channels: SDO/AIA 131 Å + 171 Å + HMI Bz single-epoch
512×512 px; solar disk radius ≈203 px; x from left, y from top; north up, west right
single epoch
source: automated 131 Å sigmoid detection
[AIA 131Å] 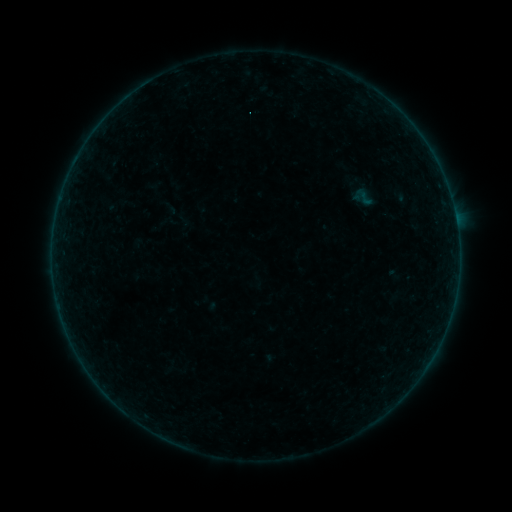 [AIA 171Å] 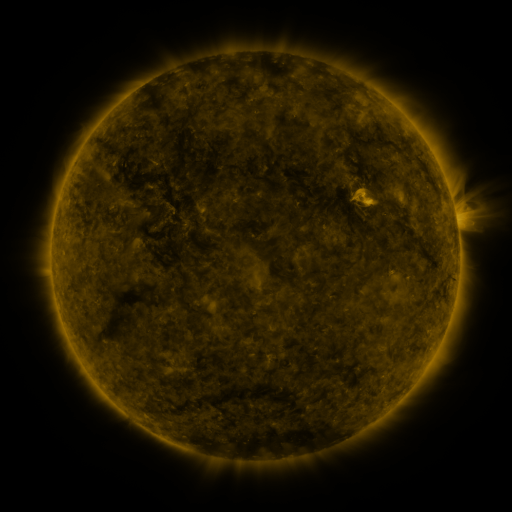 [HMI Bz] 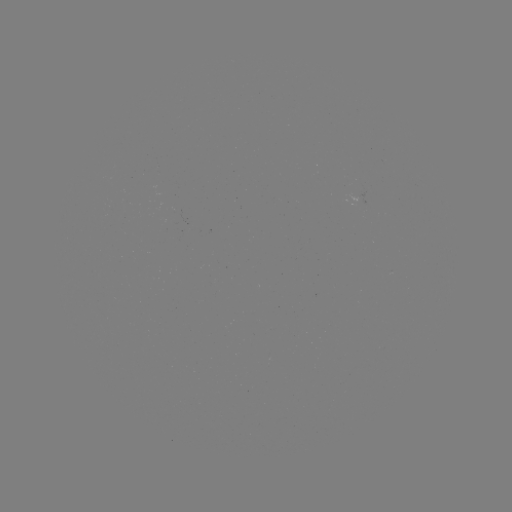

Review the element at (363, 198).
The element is sigmoid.